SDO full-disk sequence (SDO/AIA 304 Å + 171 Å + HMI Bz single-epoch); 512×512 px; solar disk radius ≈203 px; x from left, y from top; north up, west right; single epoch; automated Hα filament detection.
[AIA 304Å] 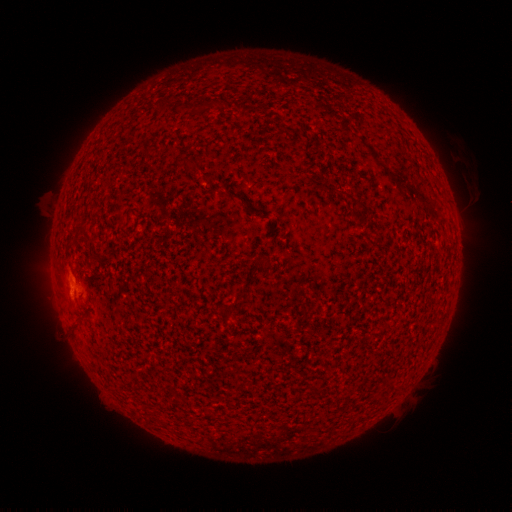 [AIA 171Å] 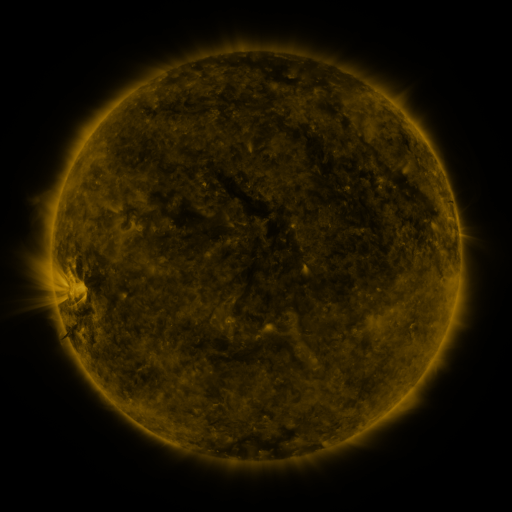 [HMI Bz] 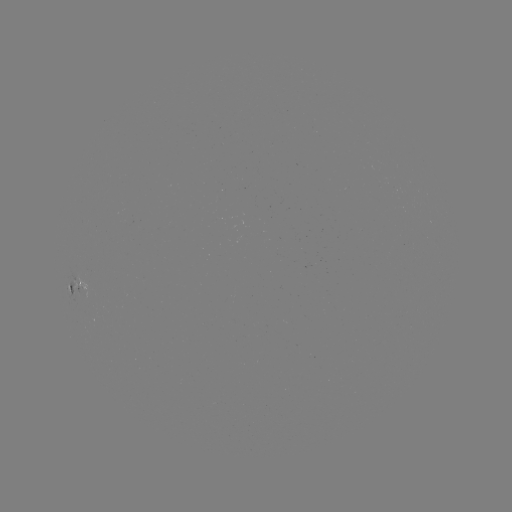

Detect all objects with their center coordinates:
filament: <bbox>157, 97, 167, 110</bbox>
filament: <bbox>184, 158, 199, 165</bbox>
filament: <bbox>205, 172, 217, 181</bbox>
filament: <bbox>254, 255, 266, 266</bbox>
